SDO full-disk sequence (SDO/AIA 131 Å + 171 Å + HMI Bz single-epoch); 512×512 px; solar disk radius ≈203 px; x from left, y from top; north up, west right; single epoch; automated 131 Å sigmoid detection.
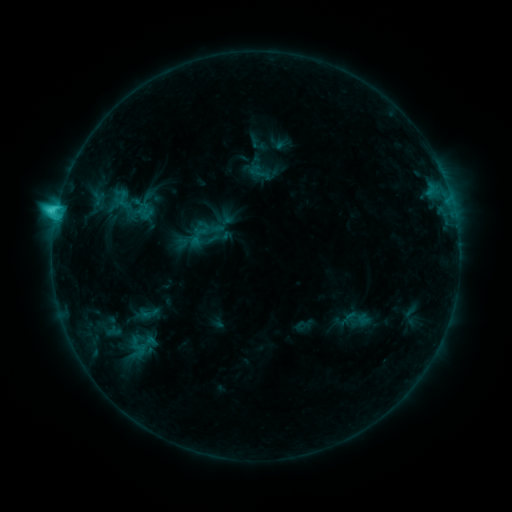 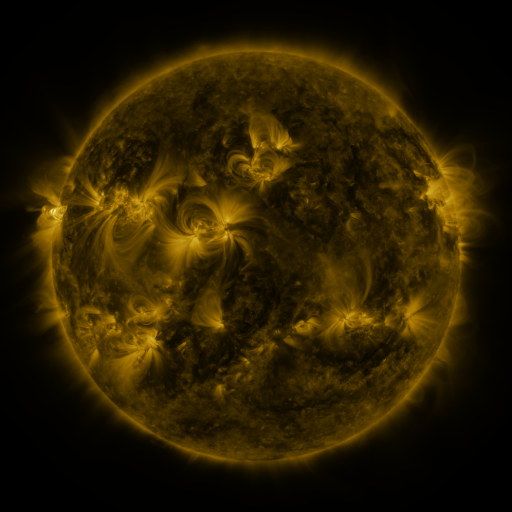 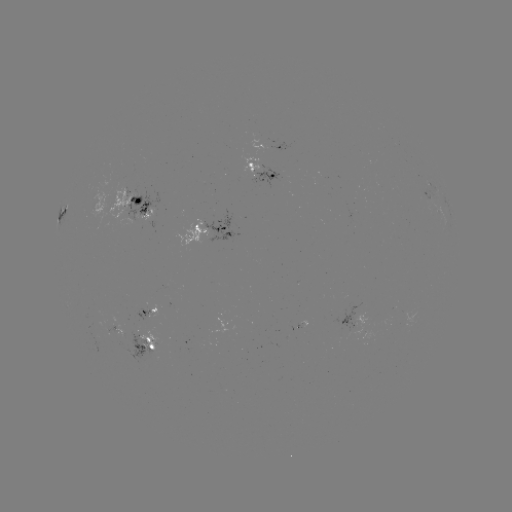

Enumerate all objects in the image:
sigmoid: (260, 172)
sigmoid: (124, 199)
sigmoid: (198, 236)
